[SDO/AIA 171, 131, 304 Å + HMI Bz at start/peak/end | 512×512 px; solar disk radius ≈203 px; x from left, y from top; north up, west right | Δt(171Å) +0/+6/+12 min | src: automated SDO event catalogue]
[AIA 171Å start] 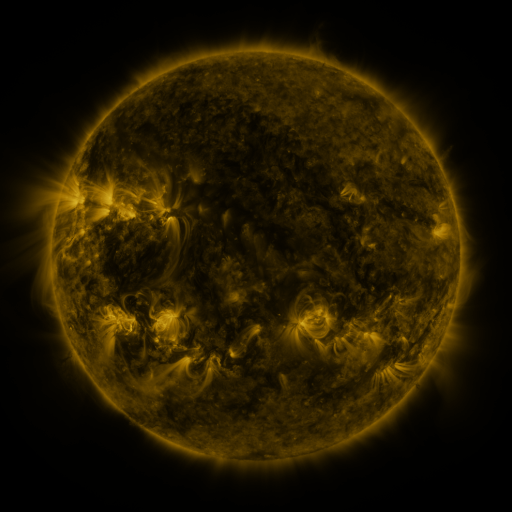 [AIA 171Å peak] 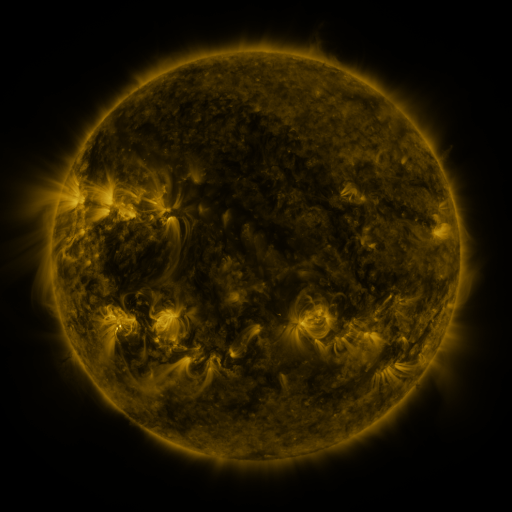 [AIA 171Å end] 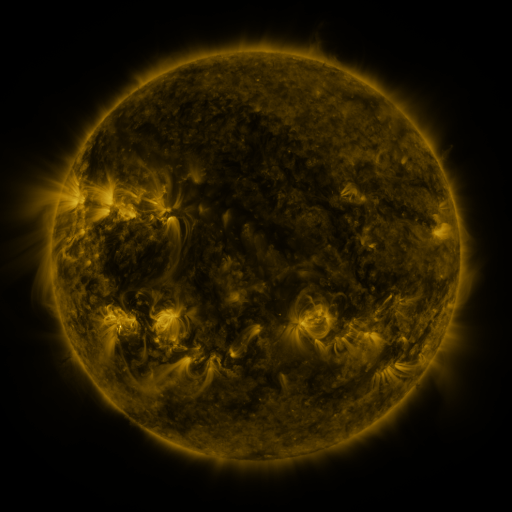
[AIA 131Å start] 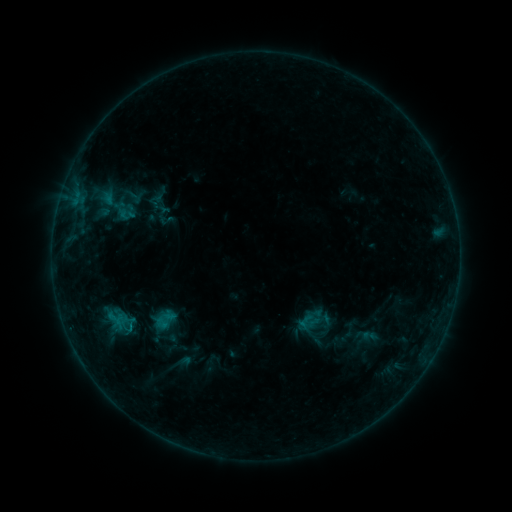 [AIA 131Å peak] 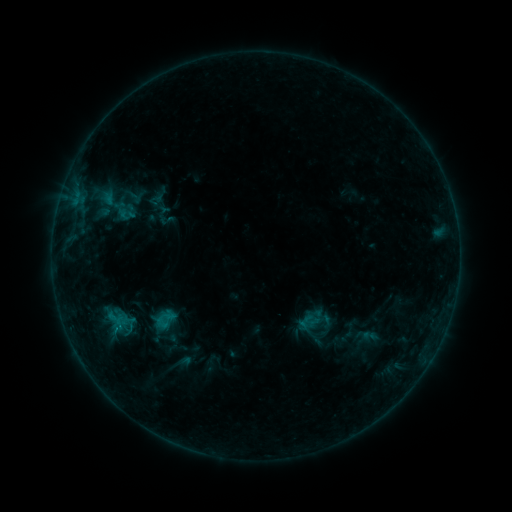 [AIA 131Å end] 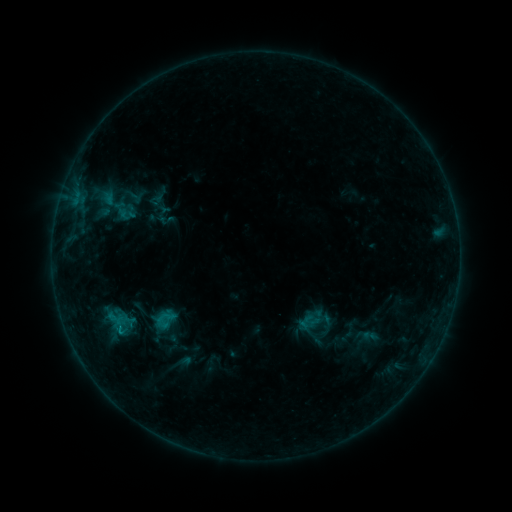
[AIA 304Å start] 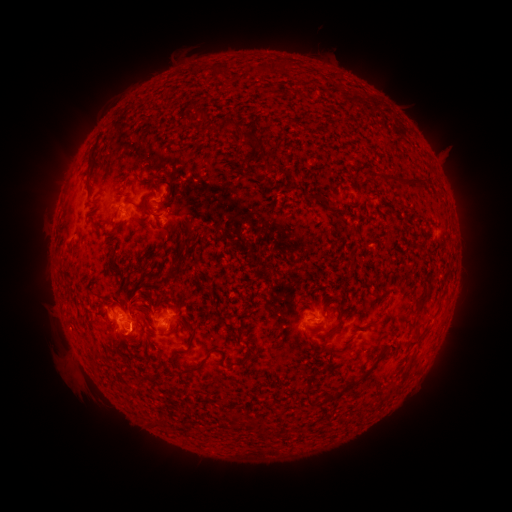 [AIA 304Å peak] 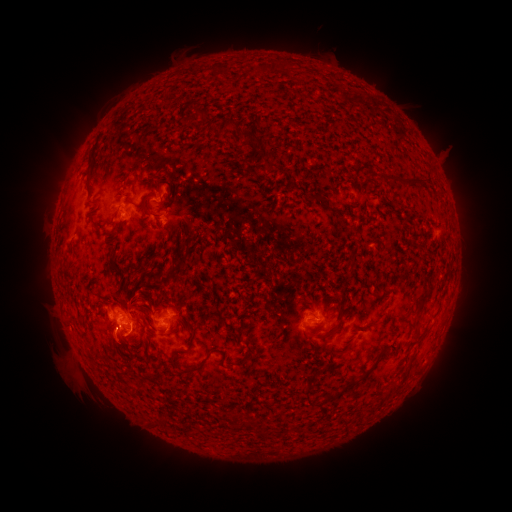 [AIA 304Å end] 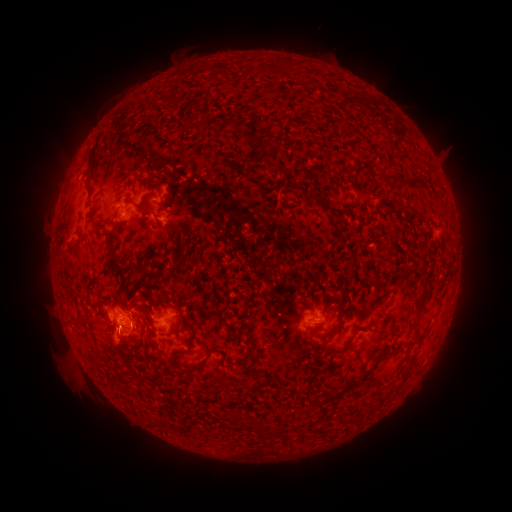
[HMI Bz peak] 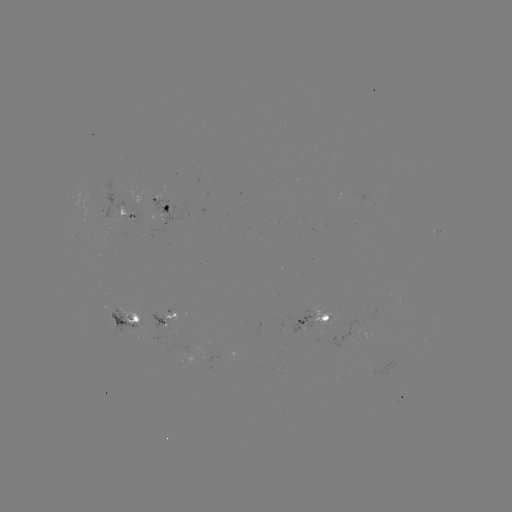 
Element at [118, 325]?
C1.0 flare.